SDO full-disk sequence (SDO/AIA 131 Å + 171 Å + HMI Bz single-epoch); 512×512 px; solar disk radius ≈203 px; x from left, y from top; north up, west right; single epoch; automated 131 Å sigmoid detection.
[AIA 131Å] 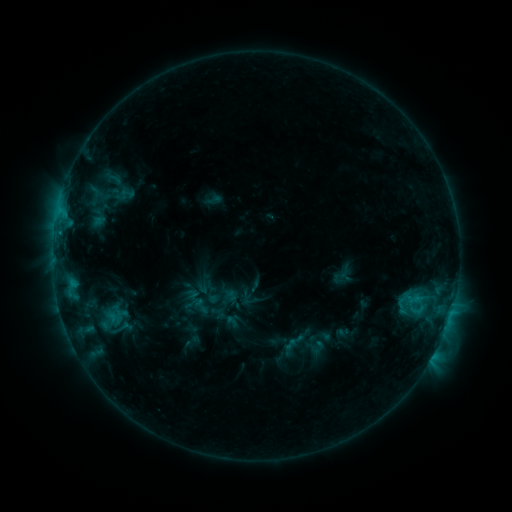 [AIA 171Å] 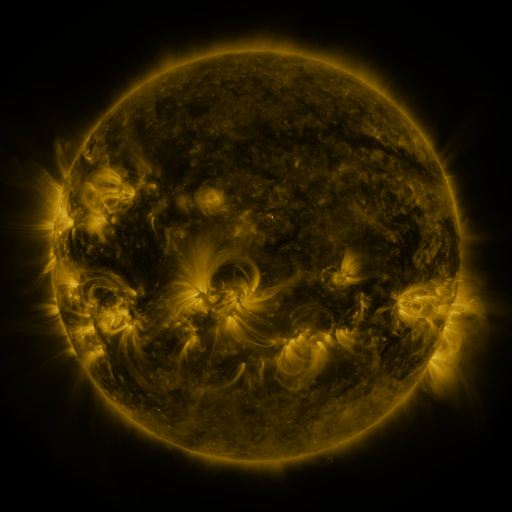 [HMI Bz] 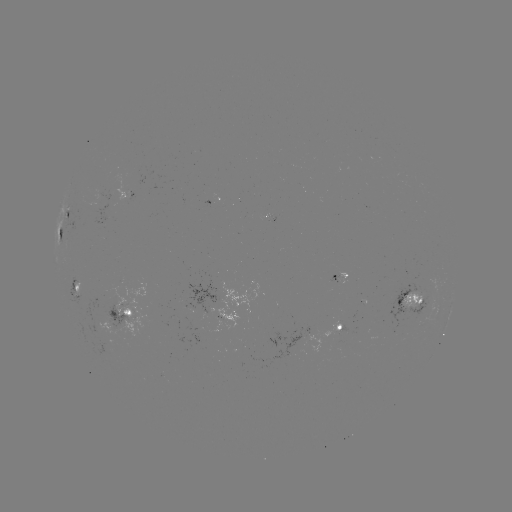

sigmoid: [195, 303, 222, 327]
